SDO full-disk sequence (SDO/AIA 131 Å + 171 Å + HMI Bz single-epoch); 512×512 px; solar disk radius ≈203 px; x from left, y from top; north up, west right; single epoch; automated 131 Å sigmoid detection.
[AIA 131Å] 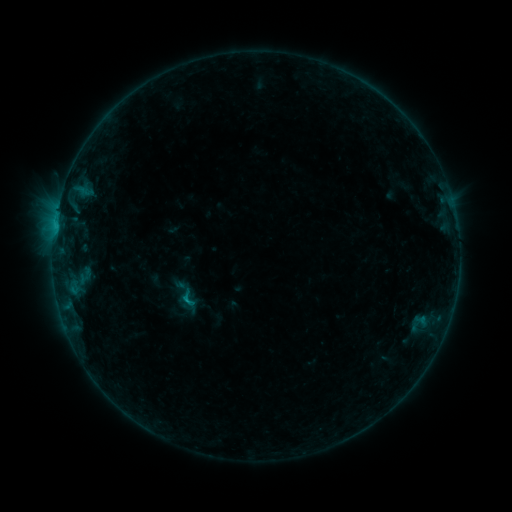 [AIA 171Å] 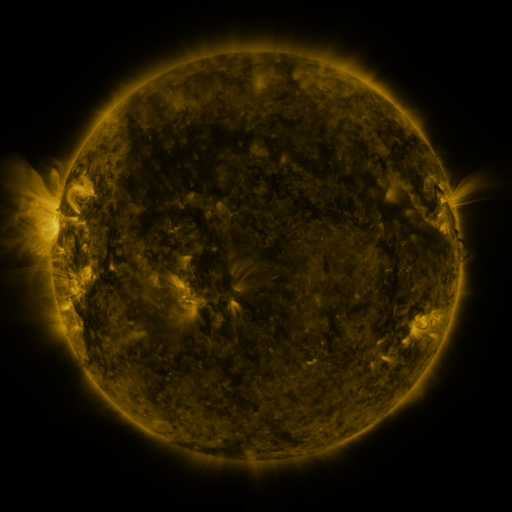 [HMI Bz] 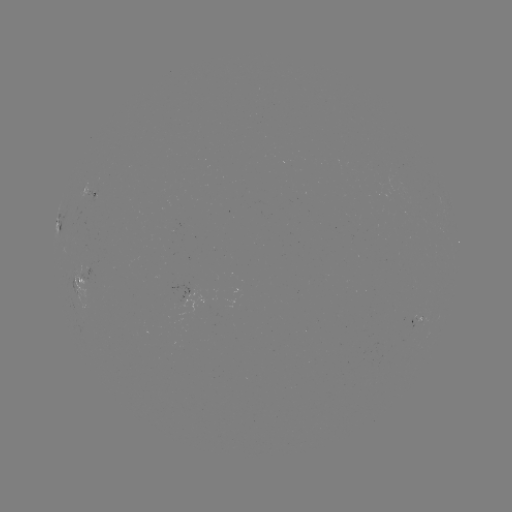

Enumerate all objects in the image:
sigmoid: (189, 298)
